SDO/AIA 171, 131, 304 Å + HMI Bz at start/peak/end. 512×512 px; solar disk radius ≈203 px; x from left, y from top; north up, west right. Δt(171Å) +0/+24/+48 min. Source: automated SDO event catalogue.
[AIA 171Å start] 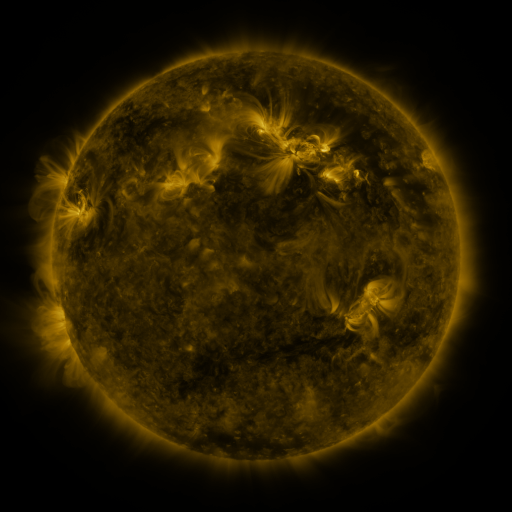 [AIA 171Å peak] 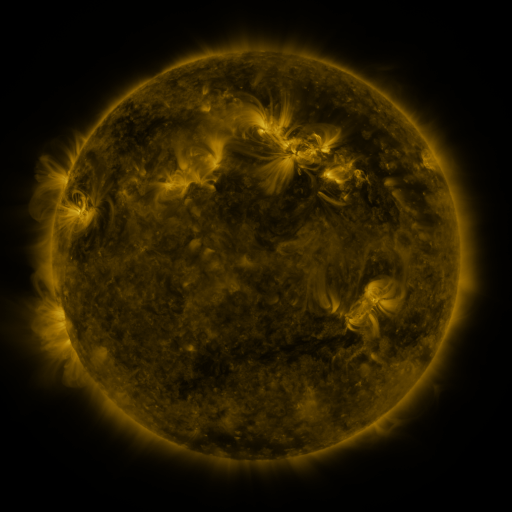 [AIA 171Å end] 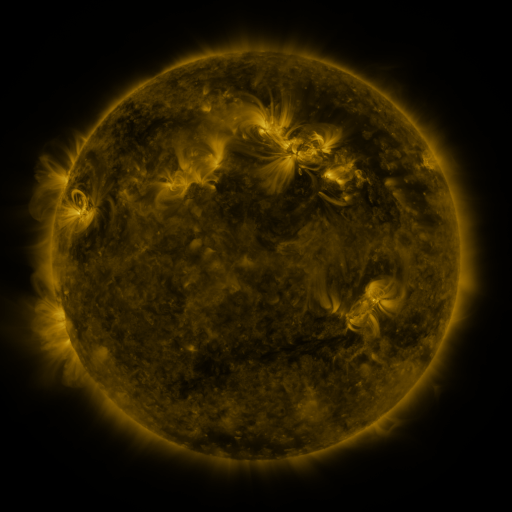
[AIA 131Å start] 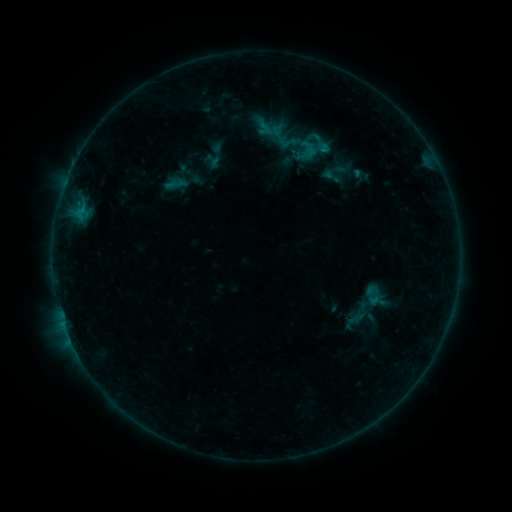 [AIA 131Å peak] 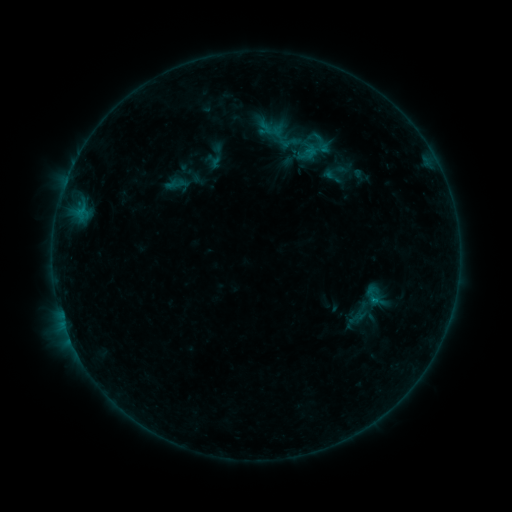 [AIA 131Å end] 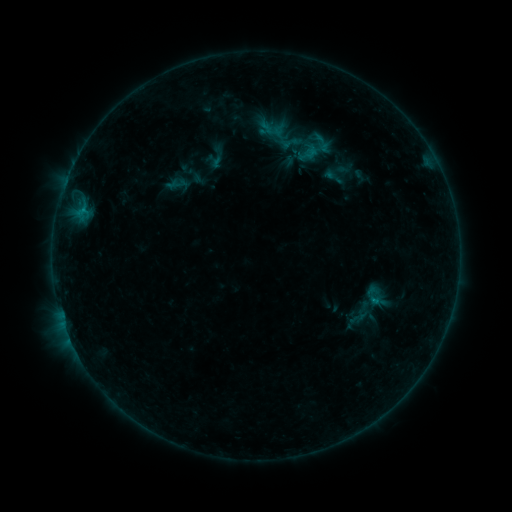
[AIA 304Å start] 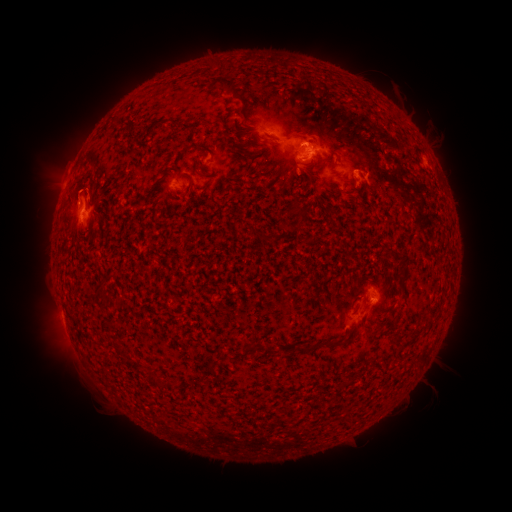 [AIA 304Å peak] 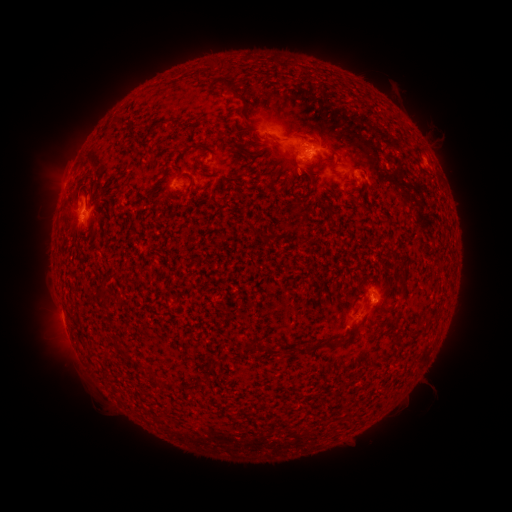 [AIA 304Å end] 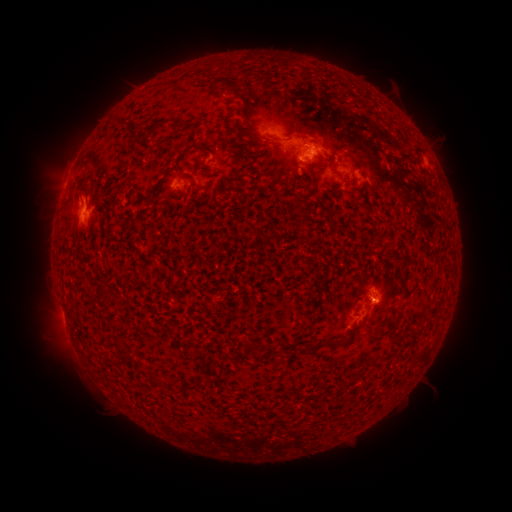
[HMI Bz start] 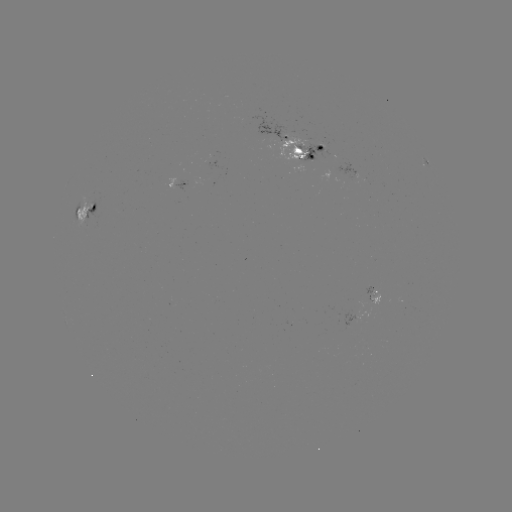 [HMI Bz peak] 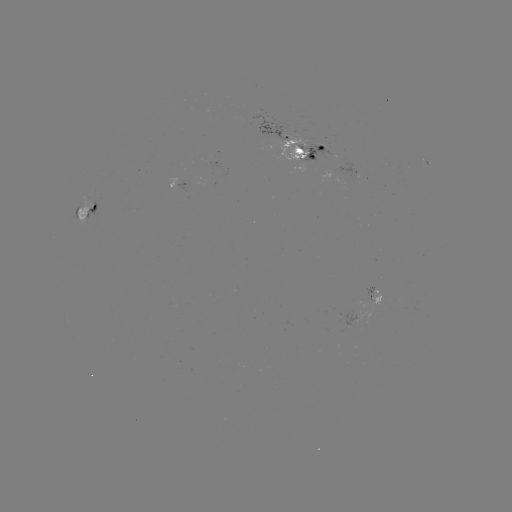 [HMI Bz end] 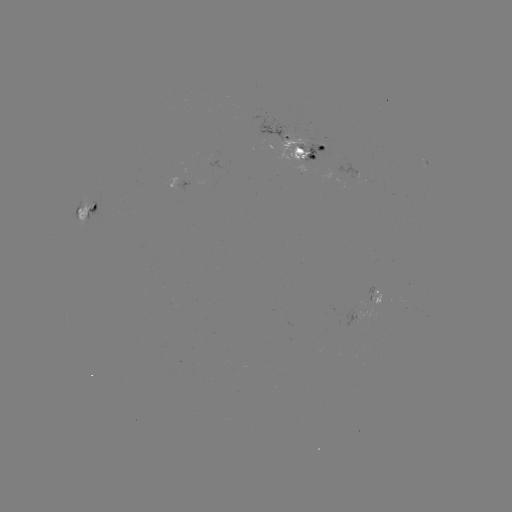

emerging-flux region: <bbox>348, 309, 358, 323</bbox>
